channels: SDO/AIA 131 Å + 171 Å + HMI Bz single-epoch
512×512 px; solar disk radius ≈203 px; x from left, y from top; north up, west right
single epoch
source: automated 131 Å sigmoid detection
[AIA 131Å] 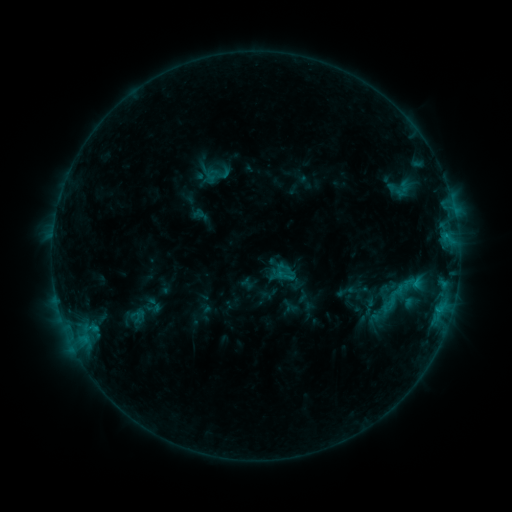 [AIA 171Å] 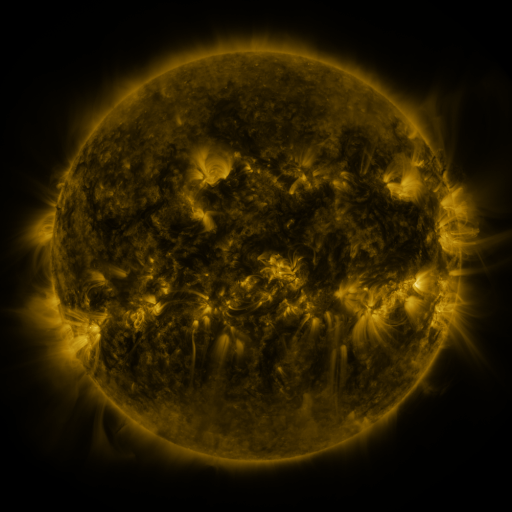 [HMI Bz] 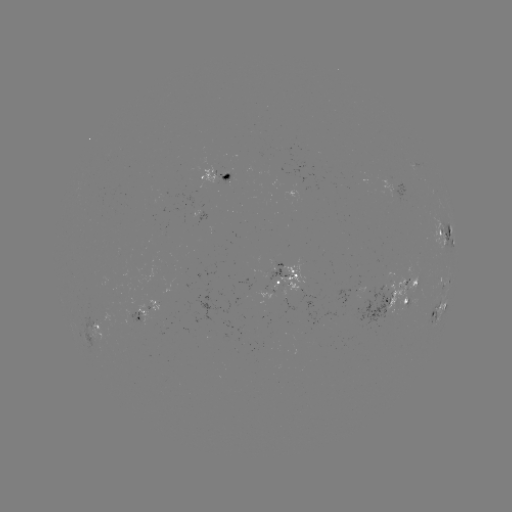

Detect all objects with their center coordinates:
sigmoid: [403, 271, 422, 294]
